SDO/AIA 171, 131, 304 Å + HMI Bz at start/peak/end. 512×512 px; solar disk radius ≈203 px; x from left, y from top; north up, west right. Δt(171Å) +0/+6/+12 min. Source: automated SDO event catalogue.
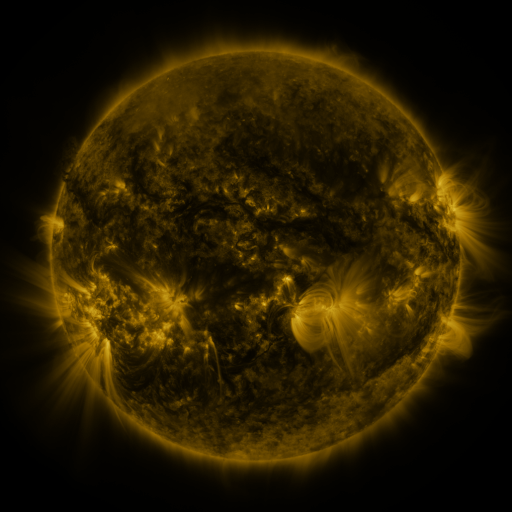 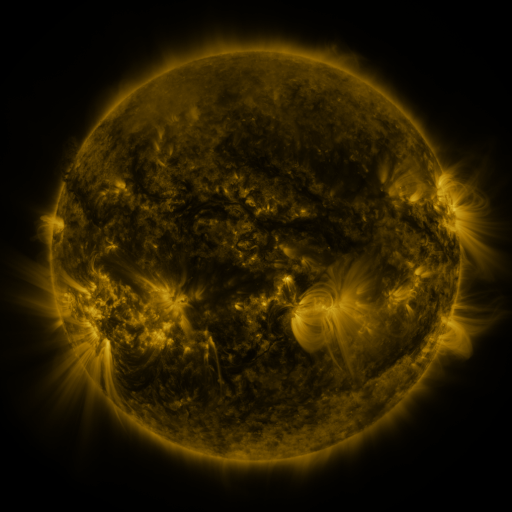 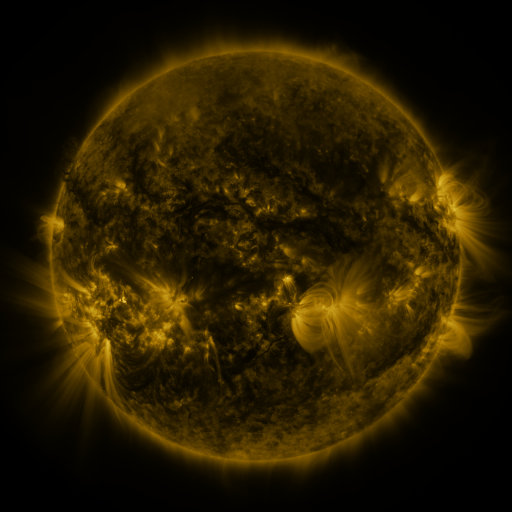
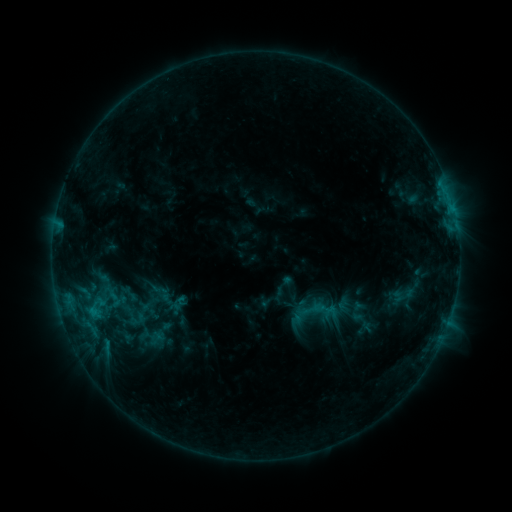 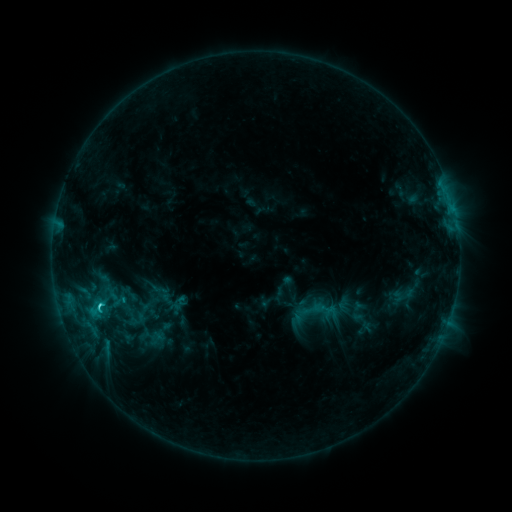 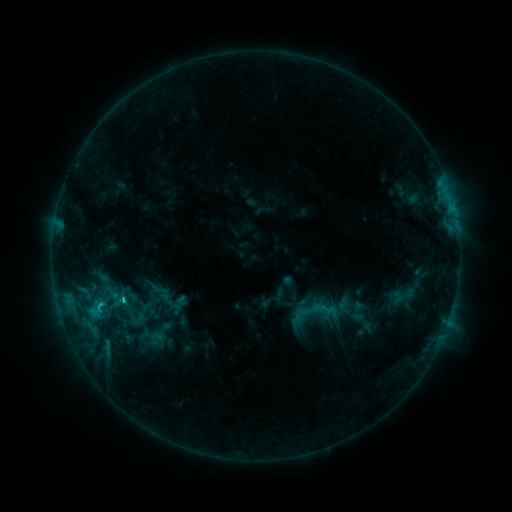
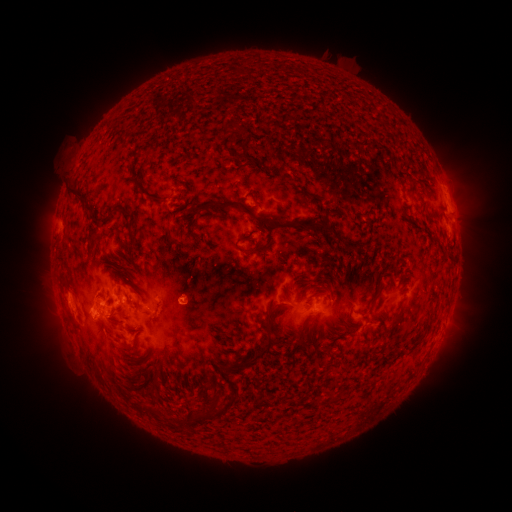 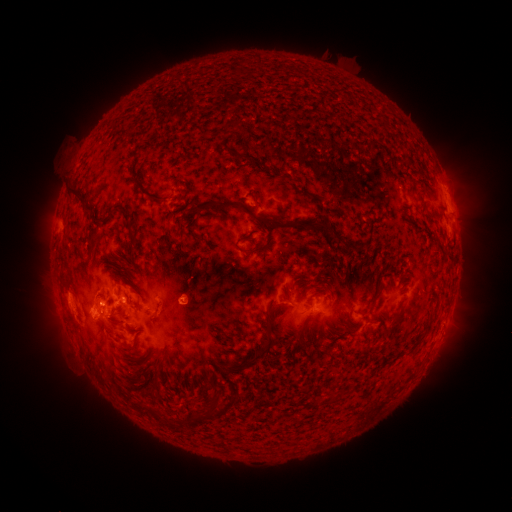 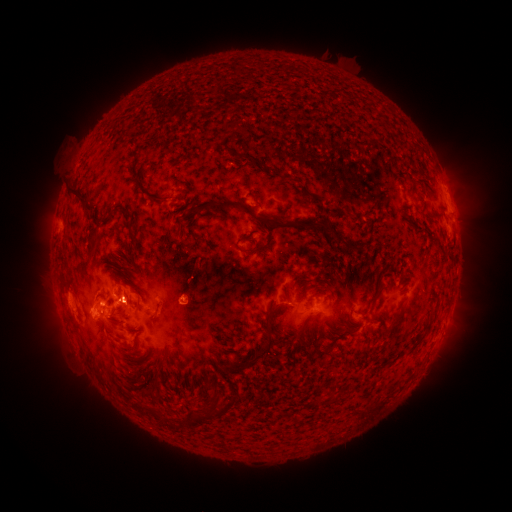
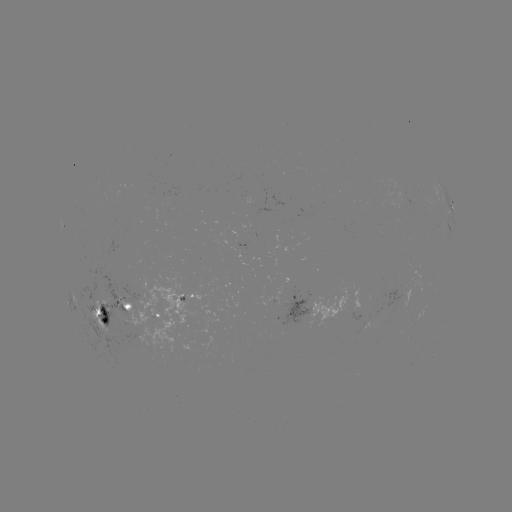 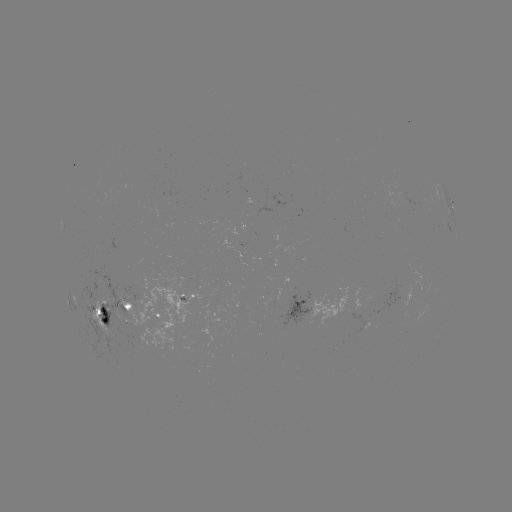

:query C2.0 flare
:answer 103,304